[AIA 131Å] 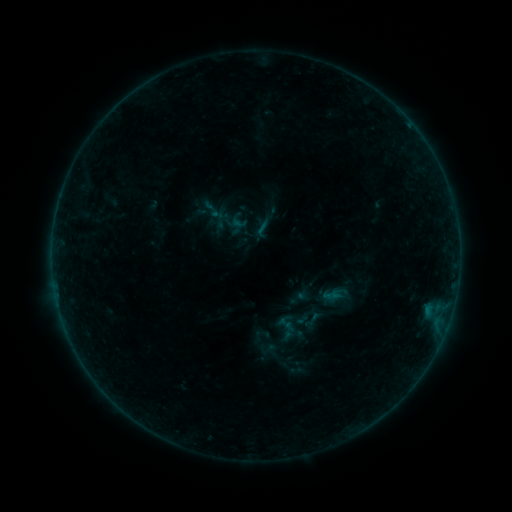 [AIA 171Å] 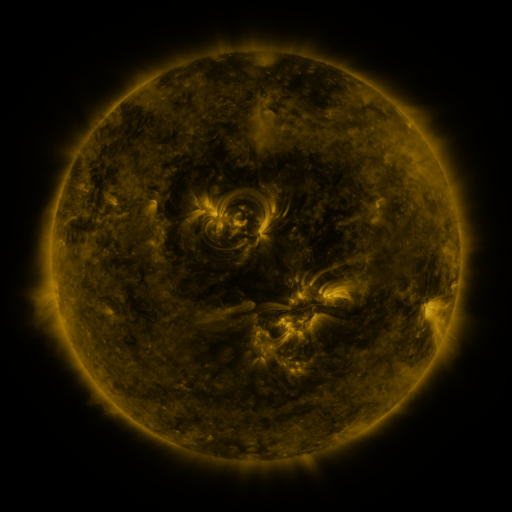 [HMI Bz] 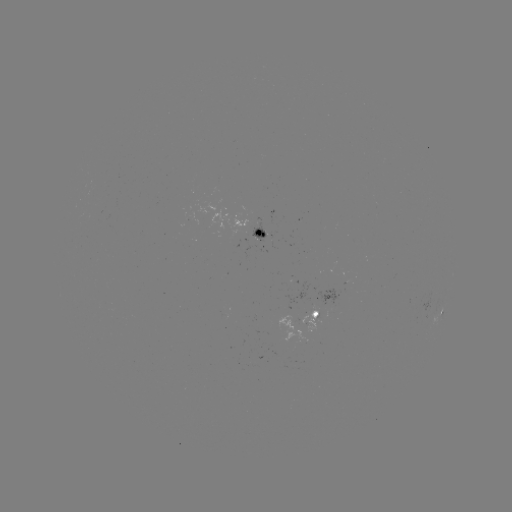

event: sigmoid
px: (287, 327)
